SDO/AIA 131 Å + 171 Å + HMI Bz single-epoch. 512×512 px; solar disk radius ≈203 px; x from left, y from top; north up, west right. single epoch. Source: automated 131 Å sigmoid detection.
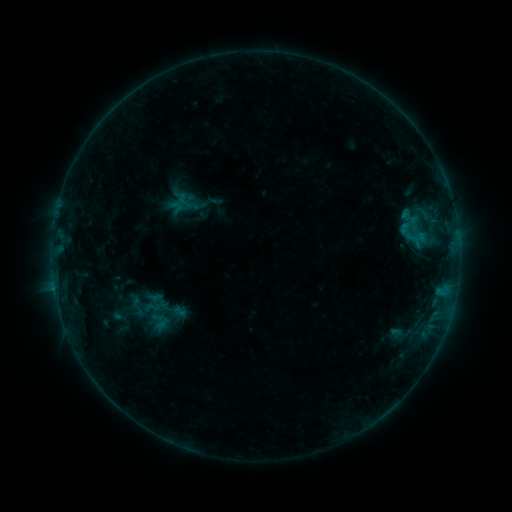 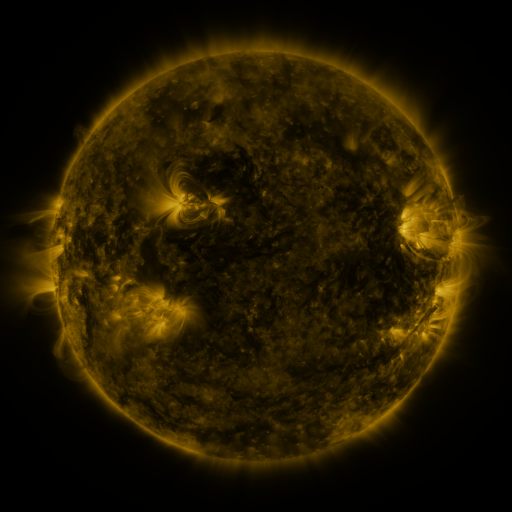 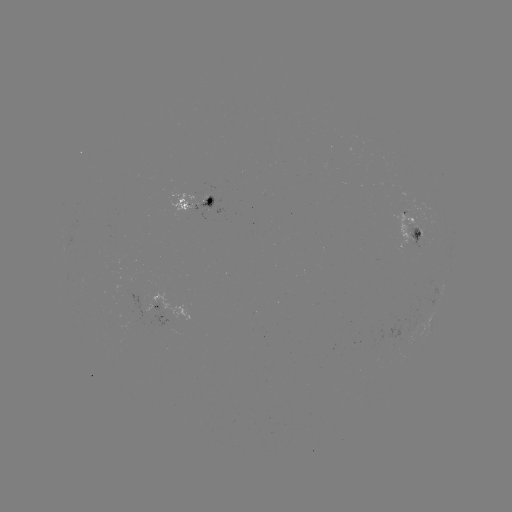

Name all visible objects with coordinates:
sigmoid: (186, 201)
sigmoid: (410, 217)
